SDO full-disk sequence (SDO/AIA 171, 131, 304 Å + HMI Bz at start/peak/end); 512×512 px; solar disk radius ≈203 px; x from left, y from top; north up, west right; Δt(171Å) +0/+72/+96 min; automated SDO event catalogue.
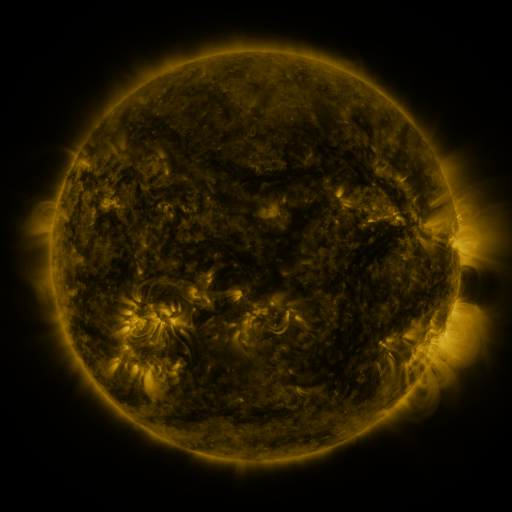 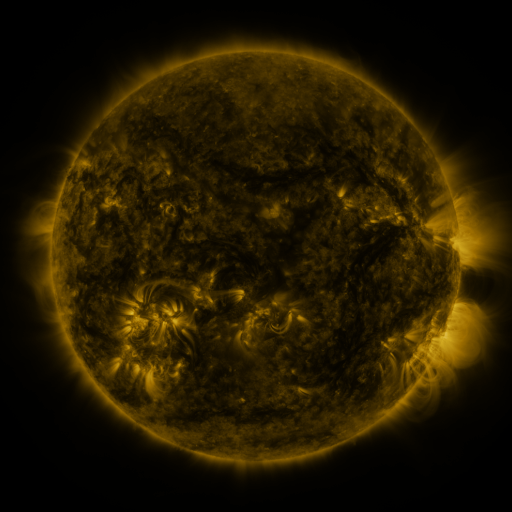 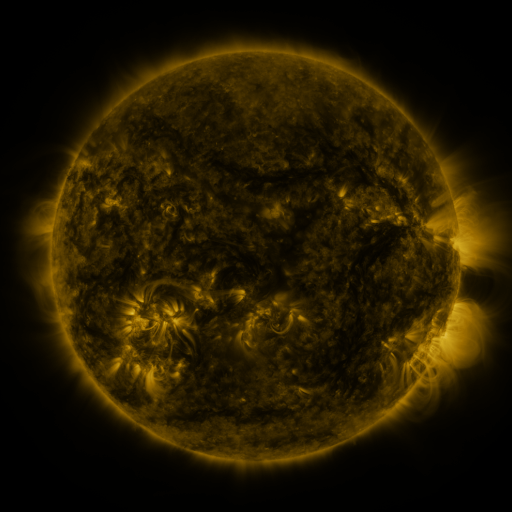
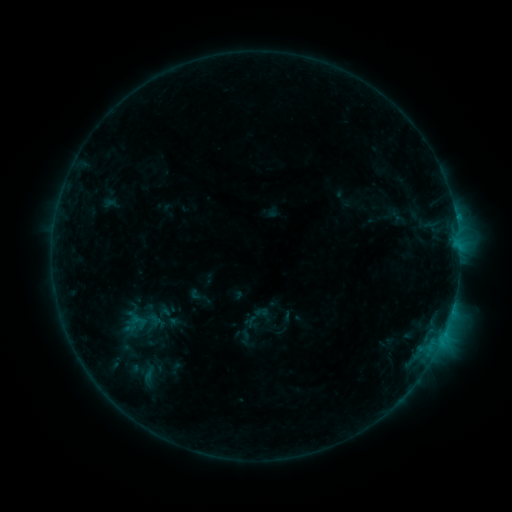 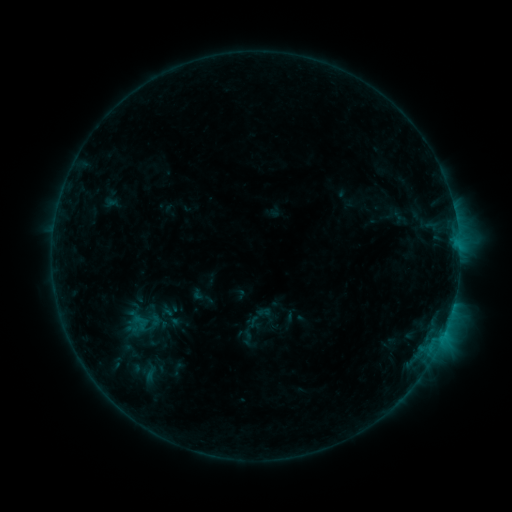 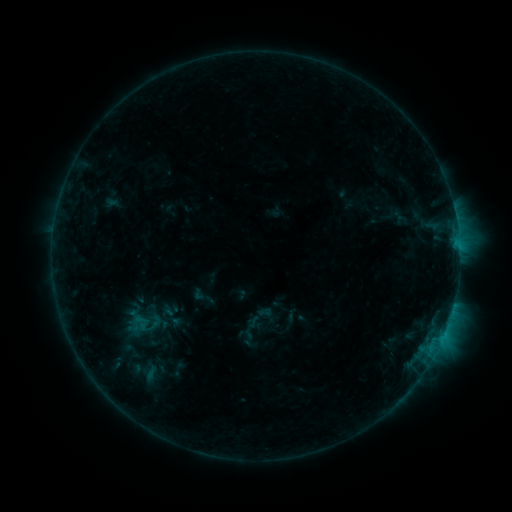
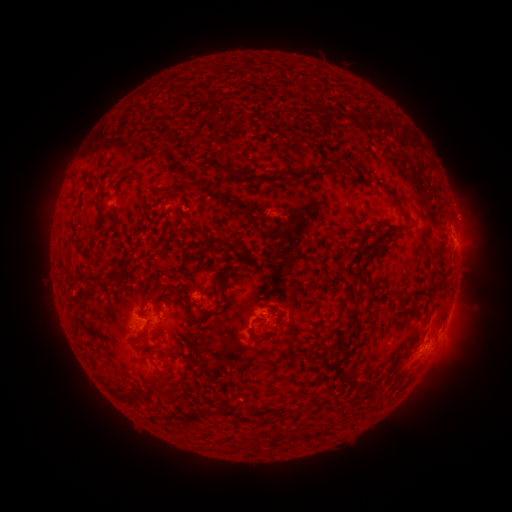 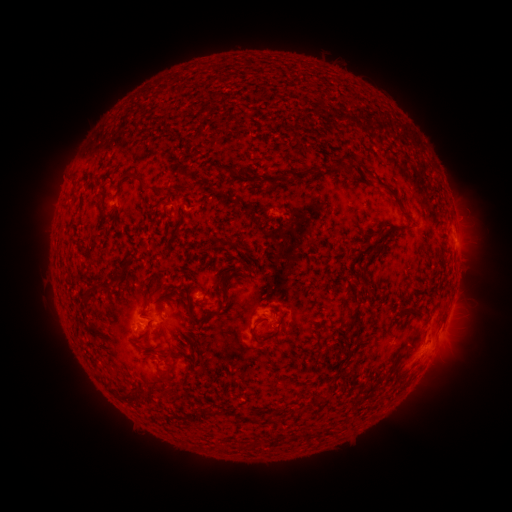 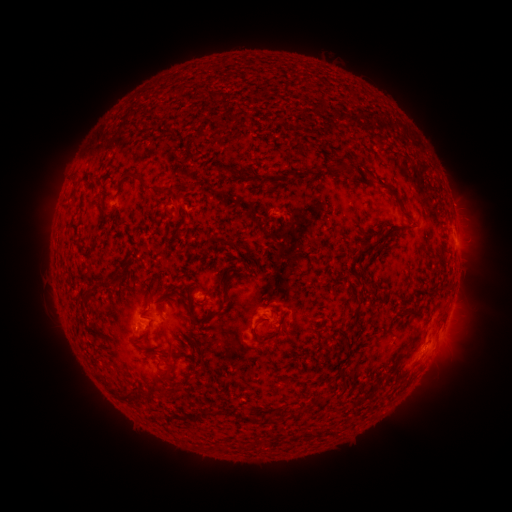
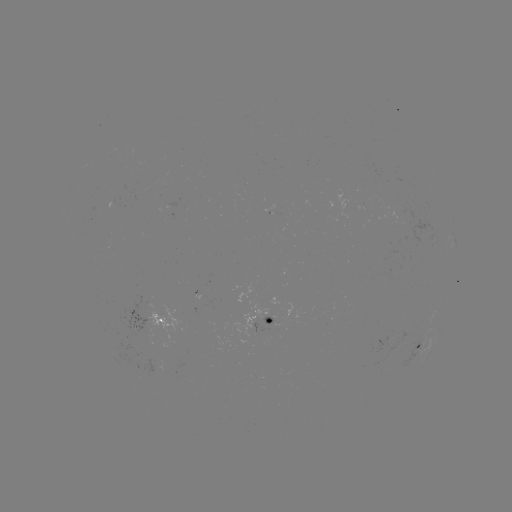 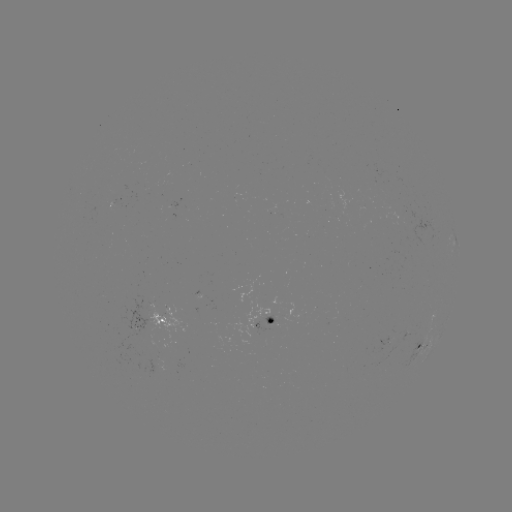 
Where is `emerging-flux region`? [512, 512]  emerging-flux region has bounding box [401, 330, 411, 342].